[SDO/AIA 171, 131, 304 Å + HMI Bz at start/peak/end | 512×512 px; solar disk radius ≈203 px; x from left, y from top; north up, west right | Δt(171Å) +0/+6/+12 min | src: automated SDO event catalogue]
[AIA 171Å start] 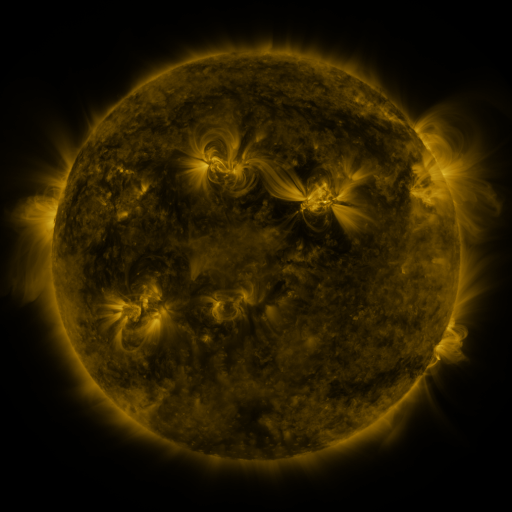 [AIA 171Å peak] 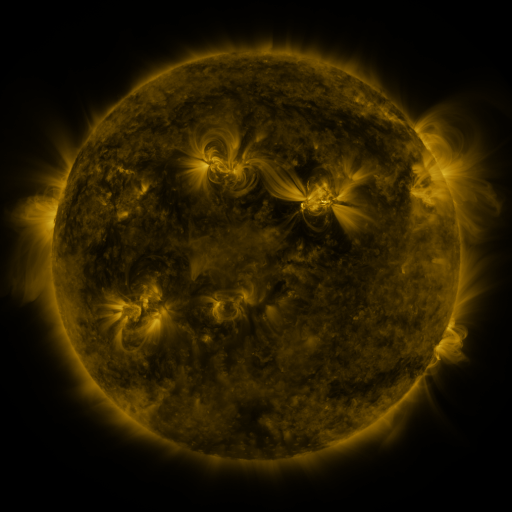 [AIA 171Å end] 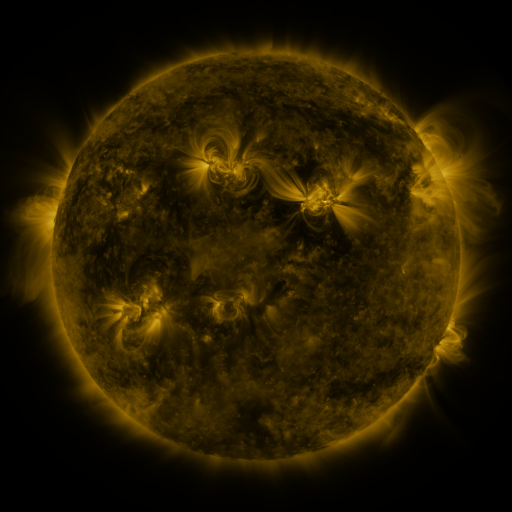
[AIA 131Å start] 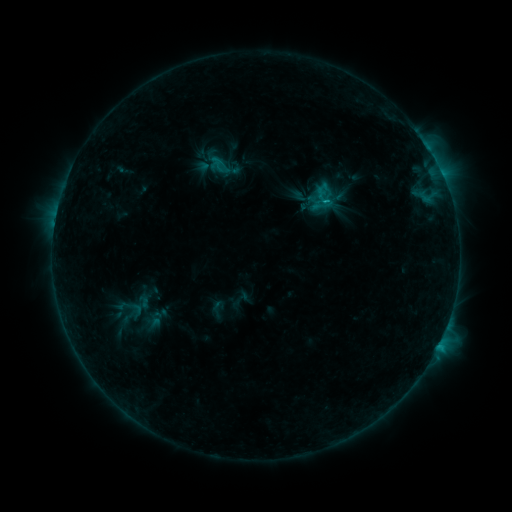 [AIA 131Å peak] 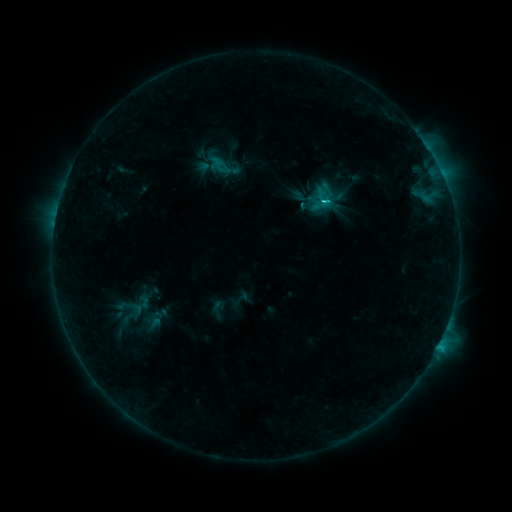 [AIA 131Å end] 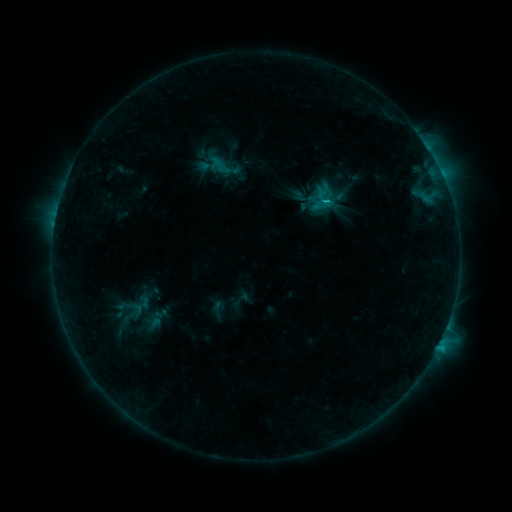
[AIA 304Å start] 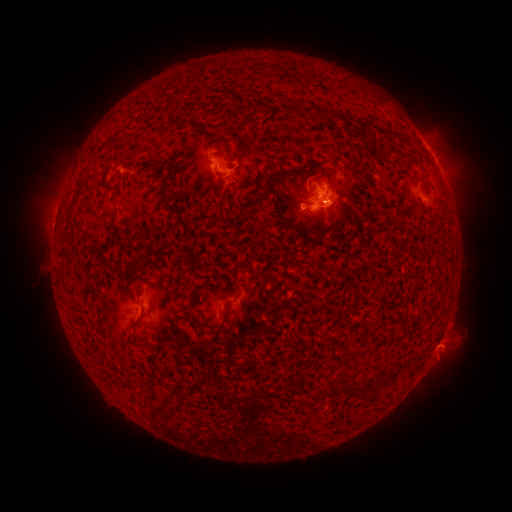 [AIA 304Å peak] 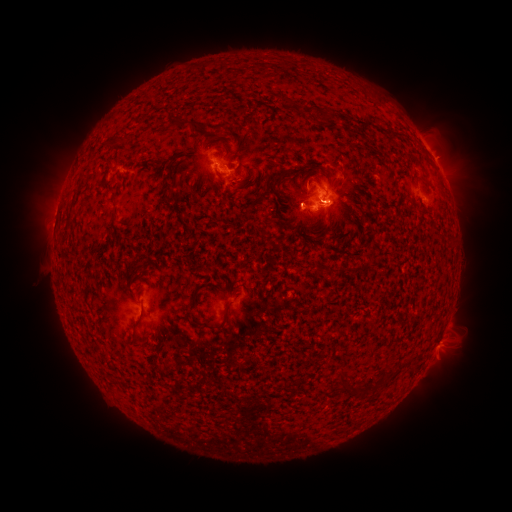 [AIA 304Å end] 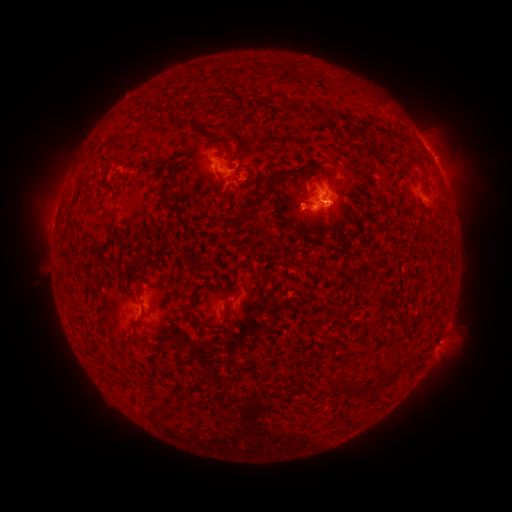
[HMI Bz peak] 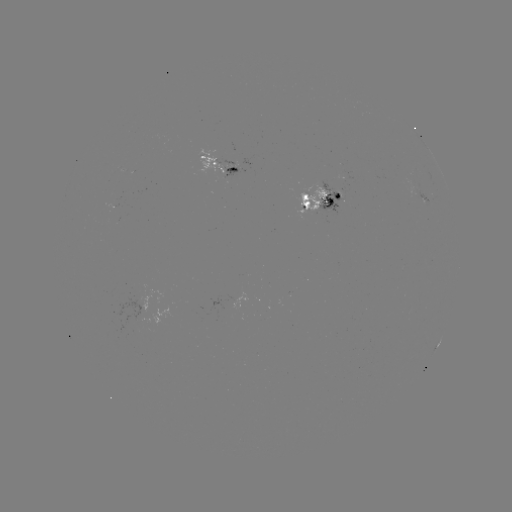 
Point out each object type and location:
C2.0 flare: (325, 203)
